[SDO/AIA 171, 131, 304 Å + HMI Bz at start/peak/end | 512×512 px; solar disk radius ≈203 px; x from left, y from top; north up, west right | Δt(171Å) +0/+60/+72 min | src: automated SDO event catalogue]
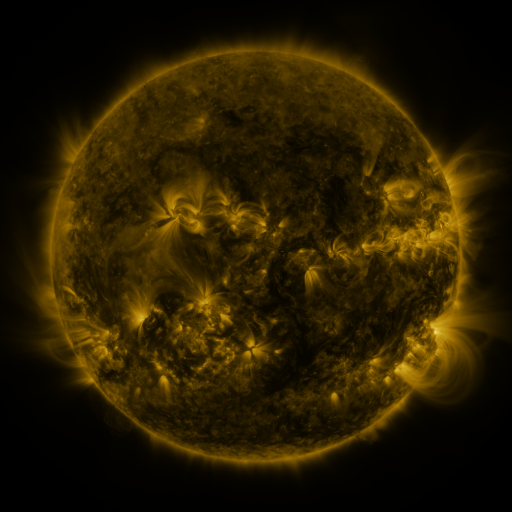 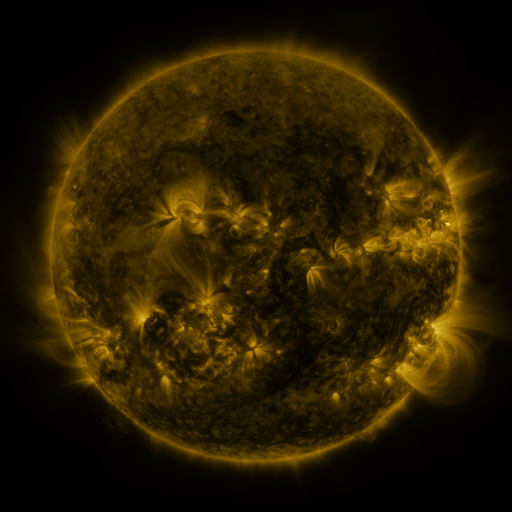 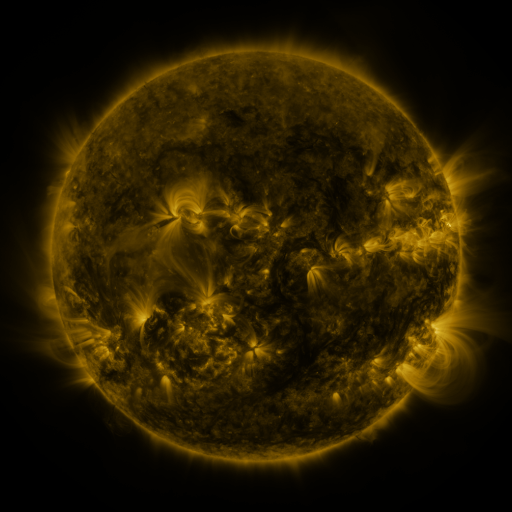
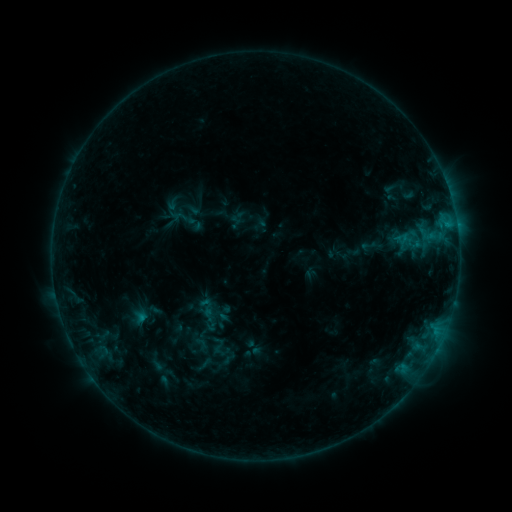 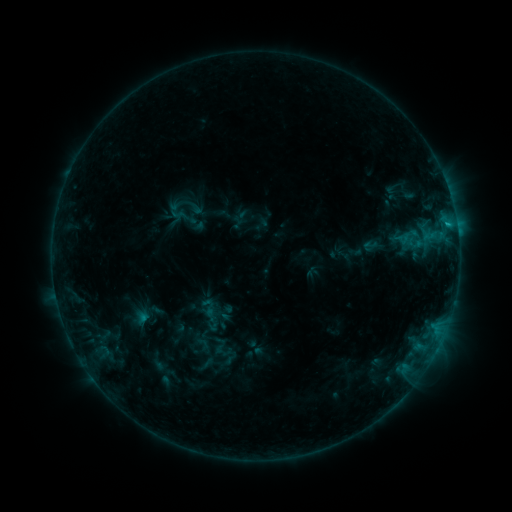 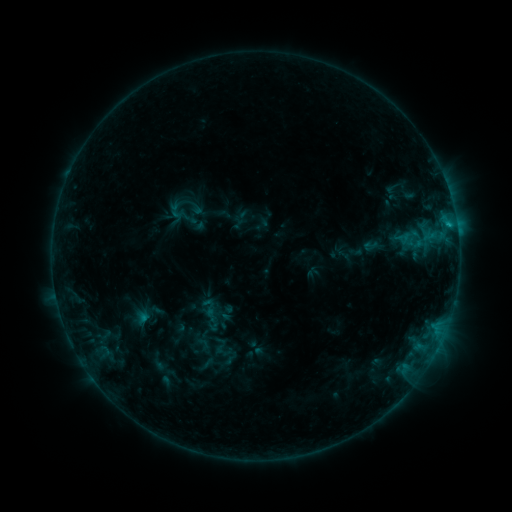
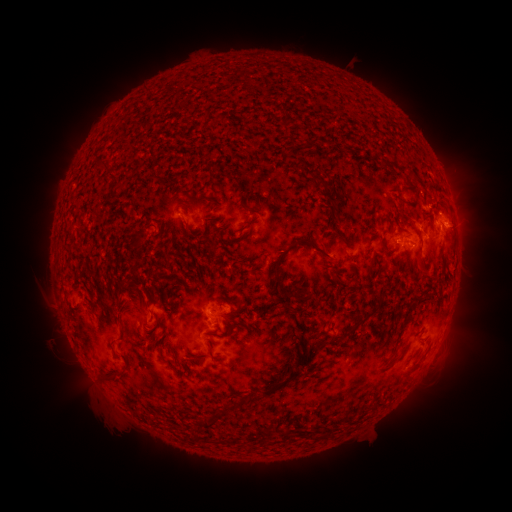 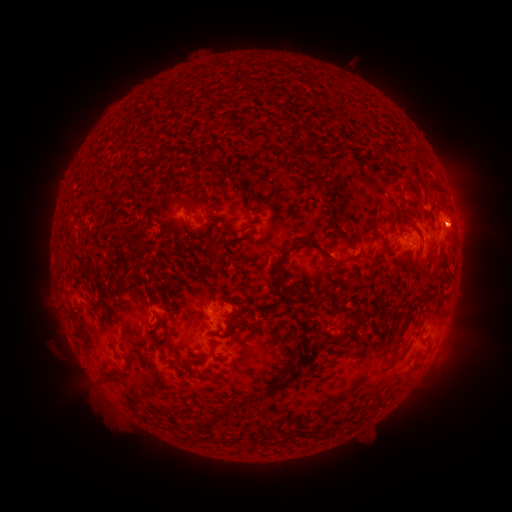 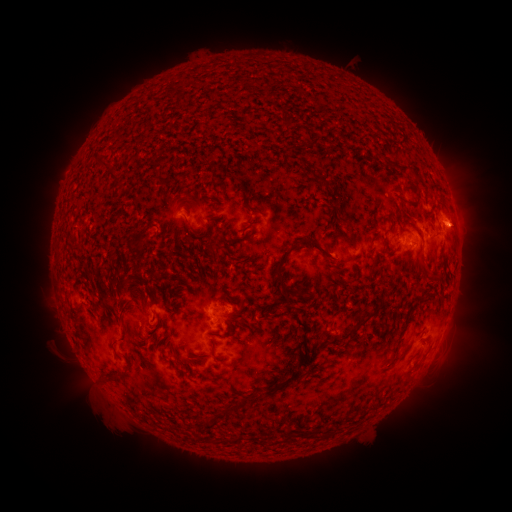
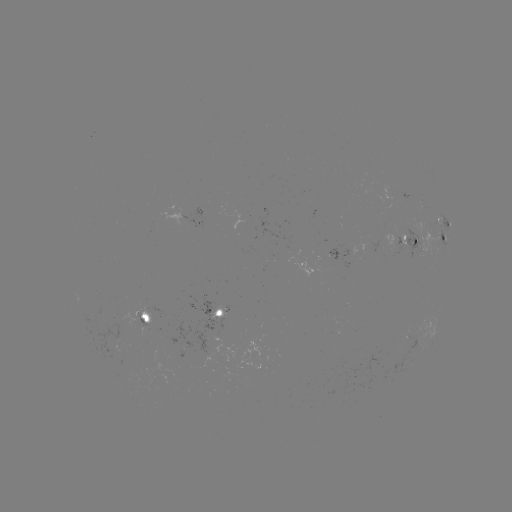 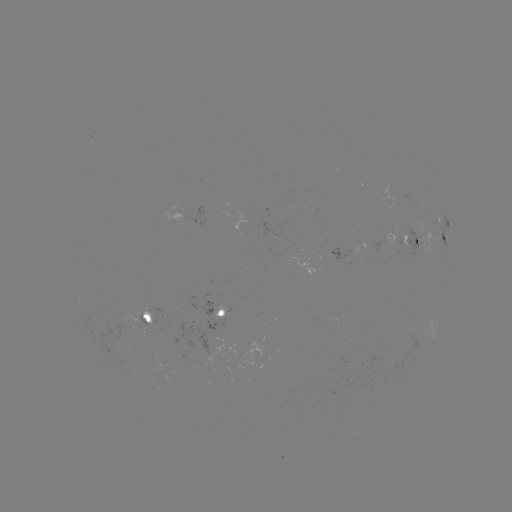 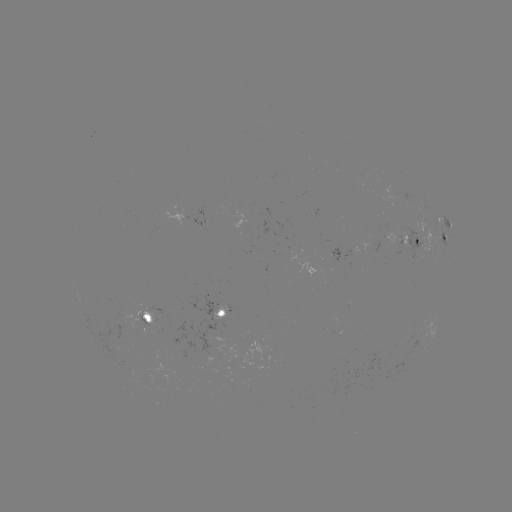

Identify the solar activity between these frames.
emerging-flux region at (146, 319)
